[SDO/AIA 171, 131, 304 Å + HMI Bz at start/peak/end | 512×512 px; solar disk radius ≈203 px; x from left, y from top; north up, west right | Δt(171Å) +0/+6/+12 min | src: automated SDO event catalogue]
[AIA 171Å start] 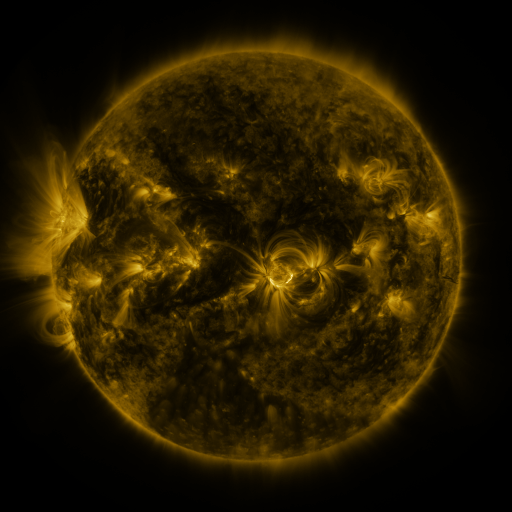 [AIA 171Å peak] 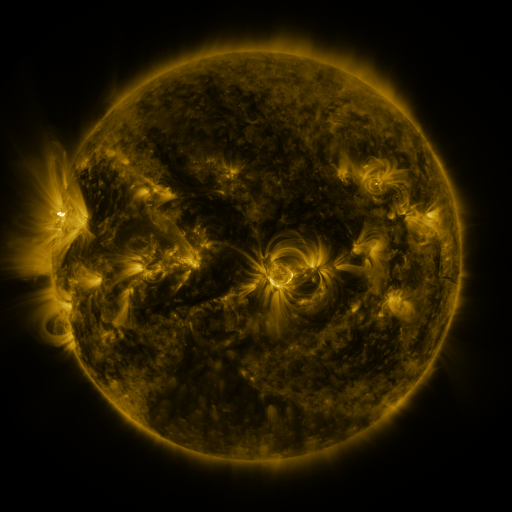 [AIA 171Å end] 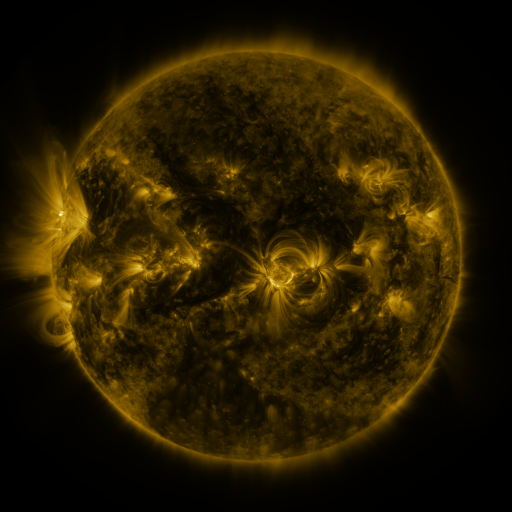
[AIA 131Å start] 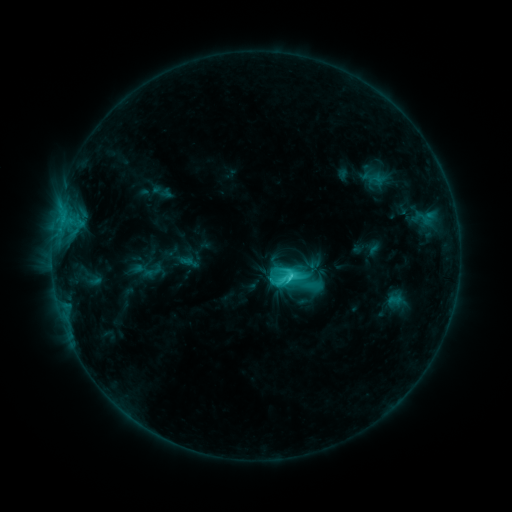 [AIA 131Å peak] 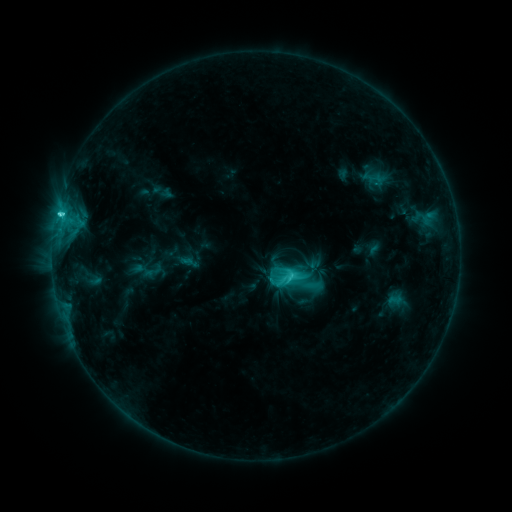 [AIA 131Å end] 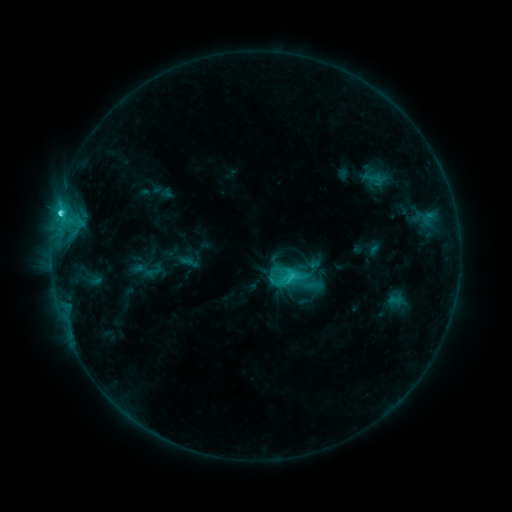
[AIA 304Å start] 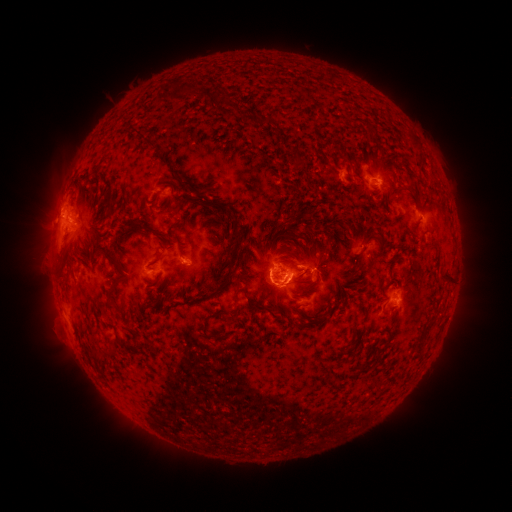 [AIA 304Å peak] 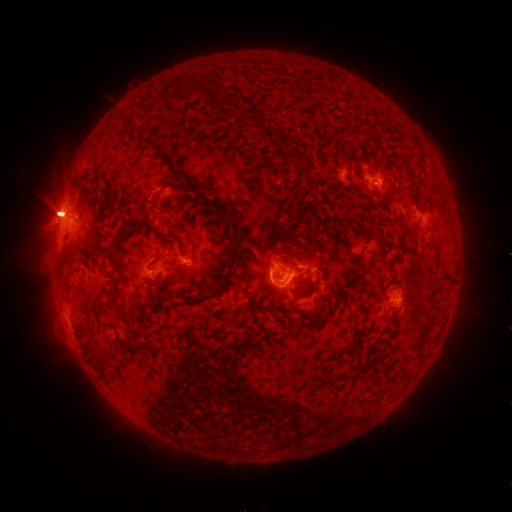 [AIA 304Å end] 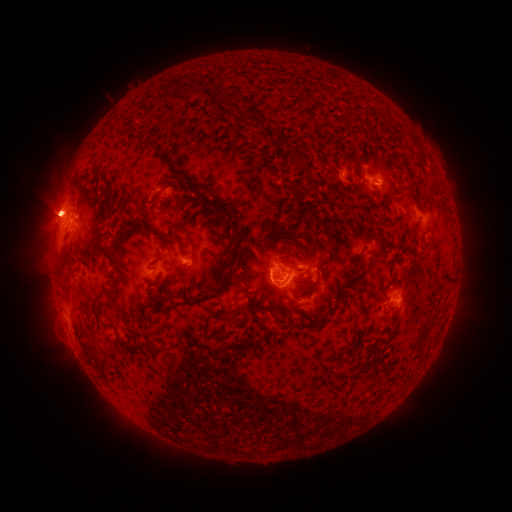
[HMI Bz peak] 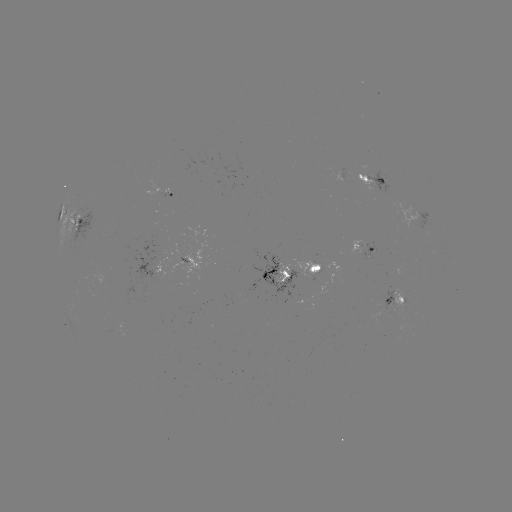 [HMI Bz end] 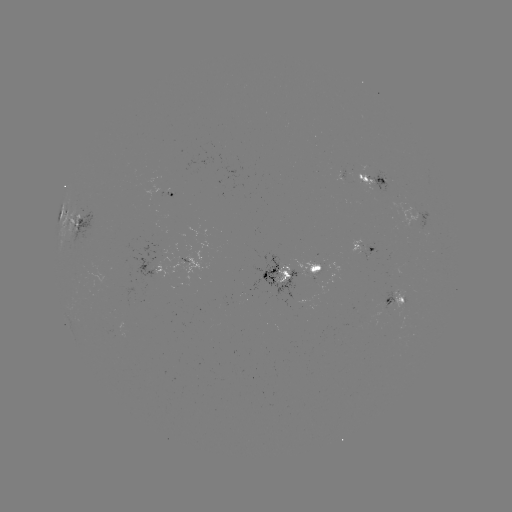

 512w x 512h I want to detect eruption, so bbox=[15, 145, 137, 295].